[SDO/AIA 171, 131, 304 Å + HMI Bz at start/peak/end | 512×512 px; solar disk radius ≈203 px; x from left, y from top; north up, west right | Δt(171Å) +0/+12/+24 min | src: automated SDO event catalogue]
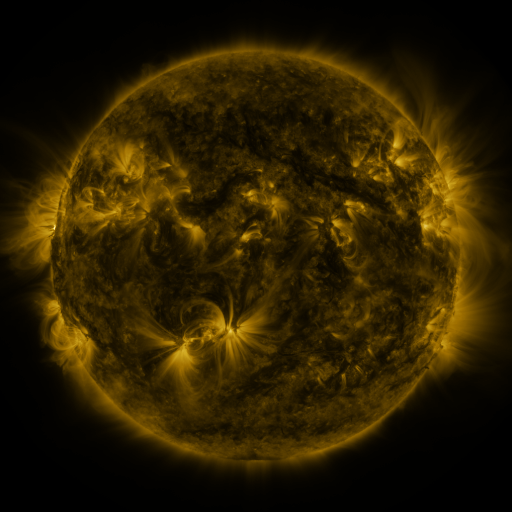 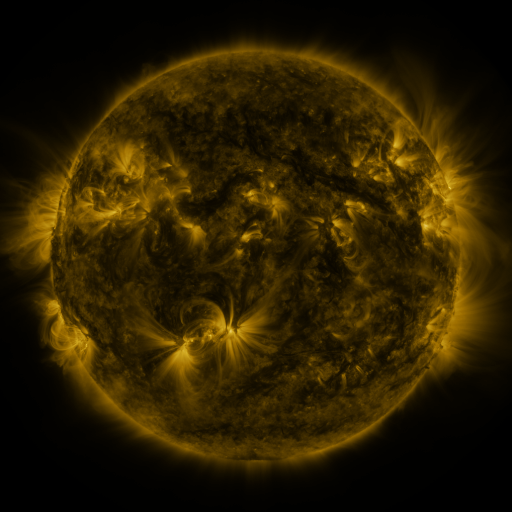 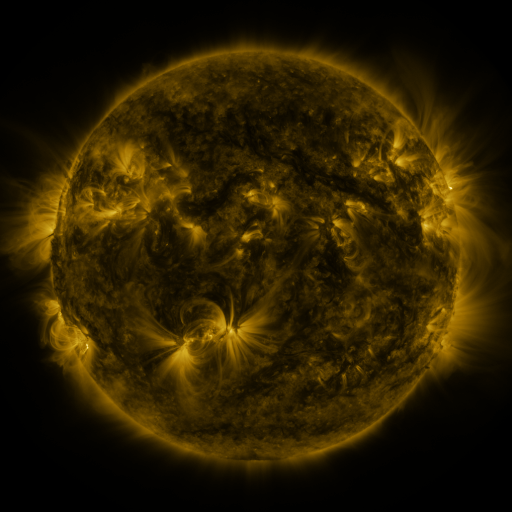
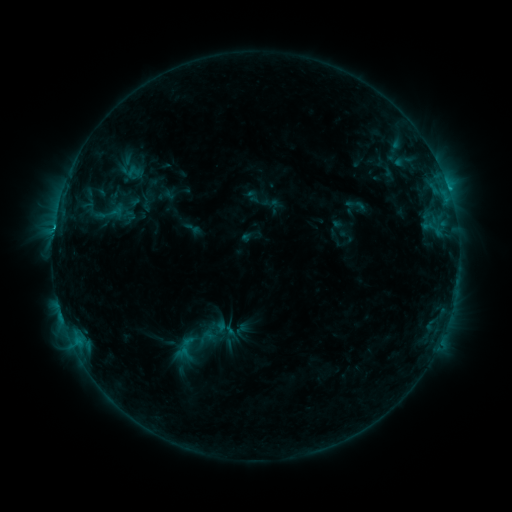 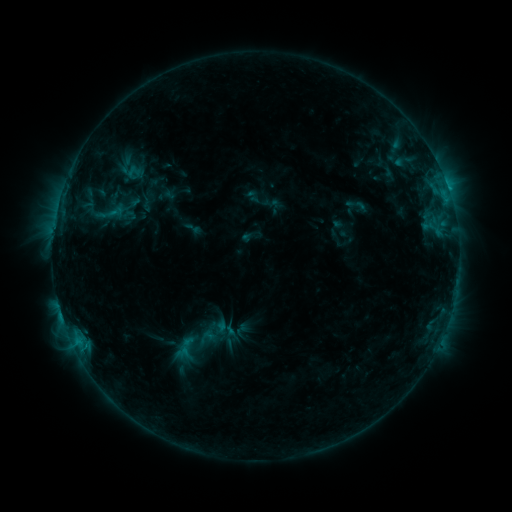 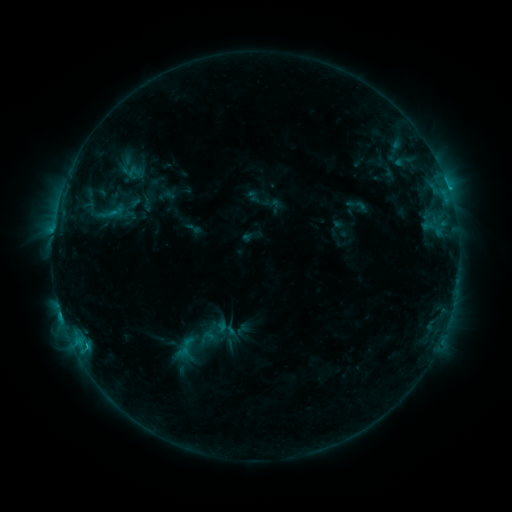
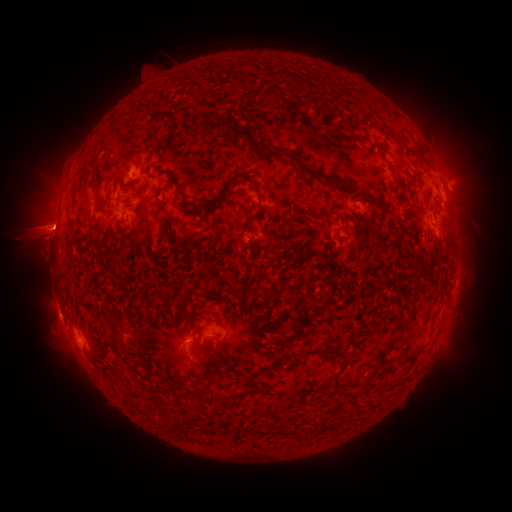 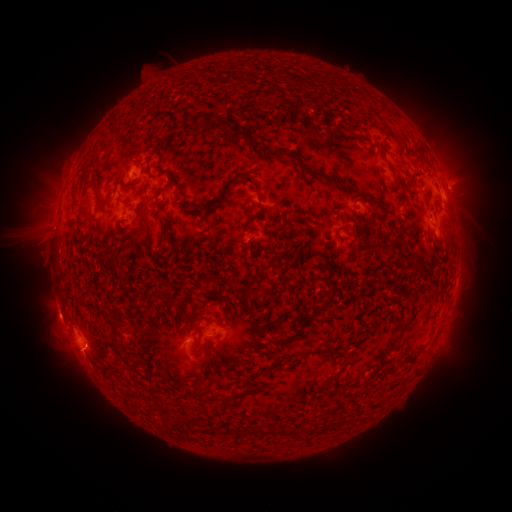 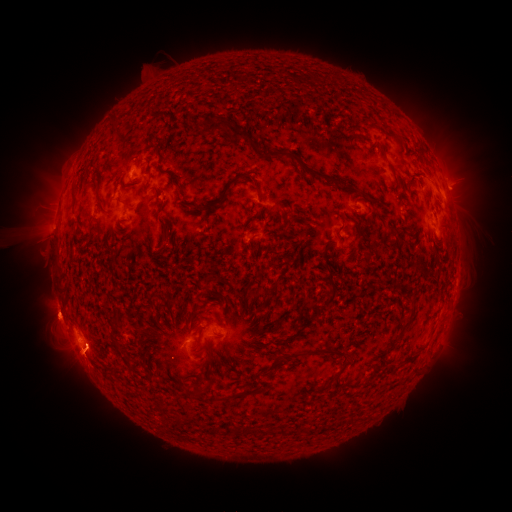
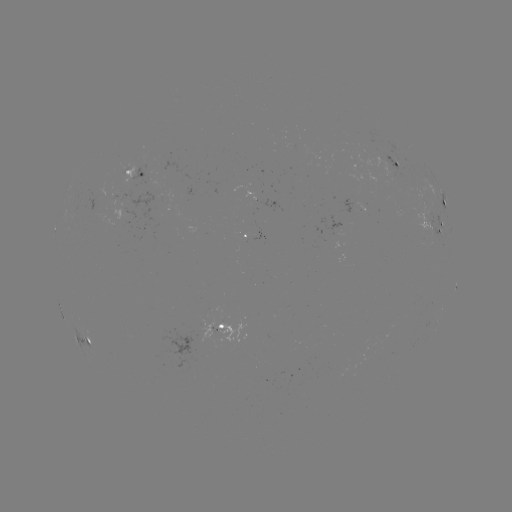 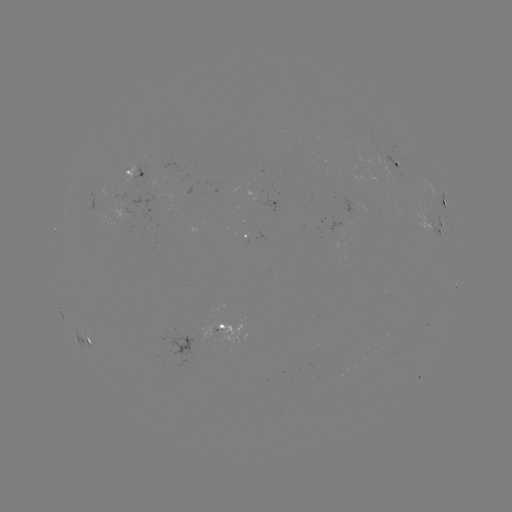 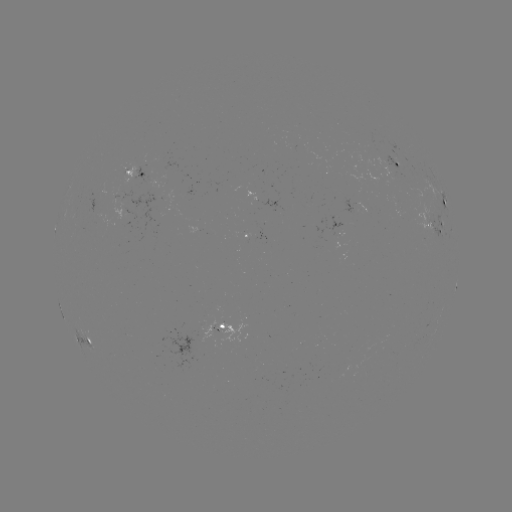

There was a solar eruption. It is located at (227, 397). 